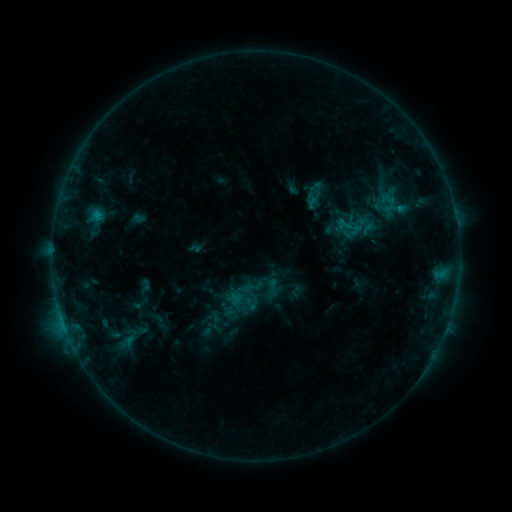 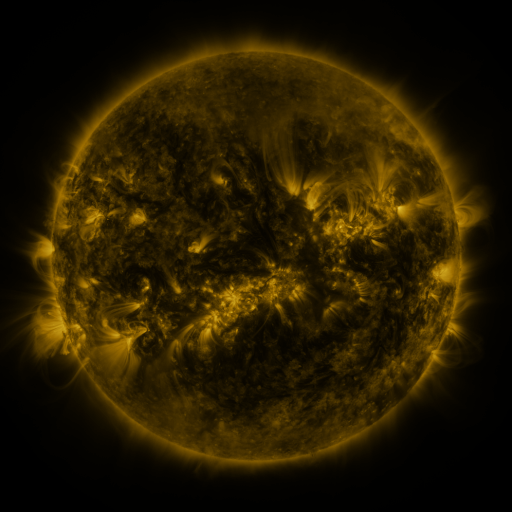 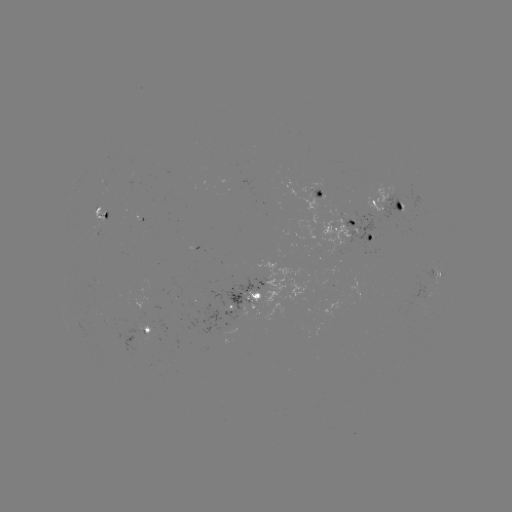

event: sigmoid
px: (352, 226)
